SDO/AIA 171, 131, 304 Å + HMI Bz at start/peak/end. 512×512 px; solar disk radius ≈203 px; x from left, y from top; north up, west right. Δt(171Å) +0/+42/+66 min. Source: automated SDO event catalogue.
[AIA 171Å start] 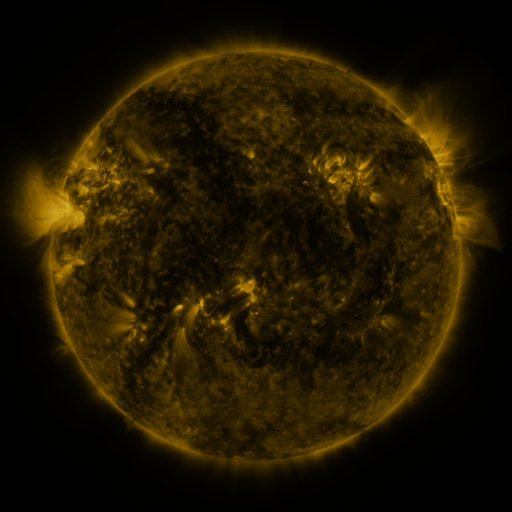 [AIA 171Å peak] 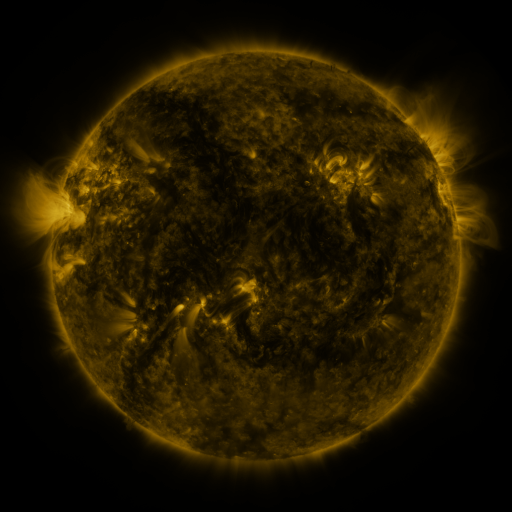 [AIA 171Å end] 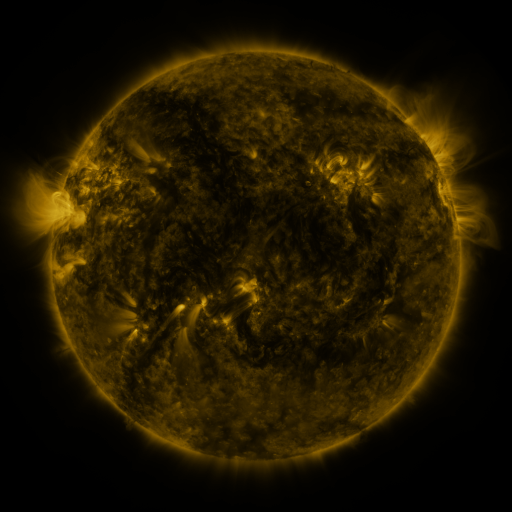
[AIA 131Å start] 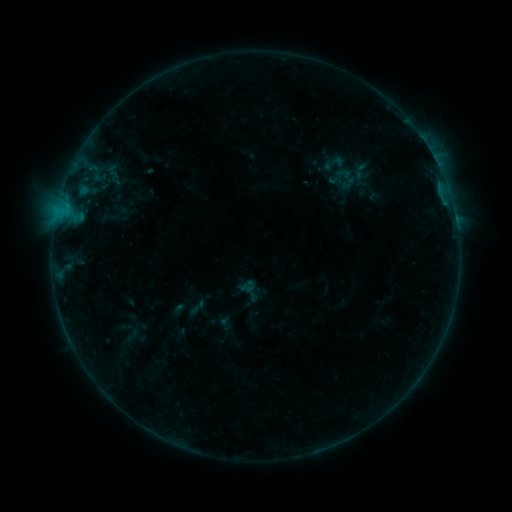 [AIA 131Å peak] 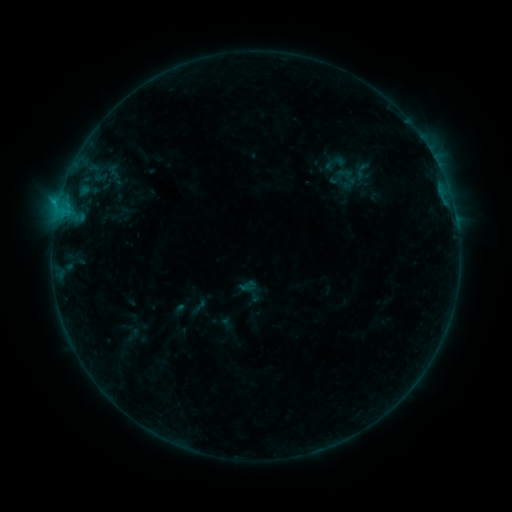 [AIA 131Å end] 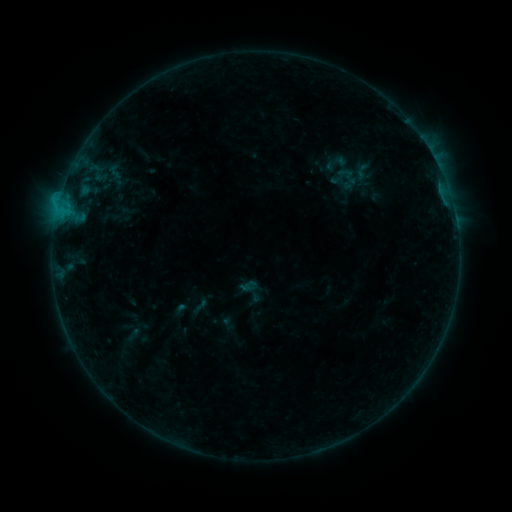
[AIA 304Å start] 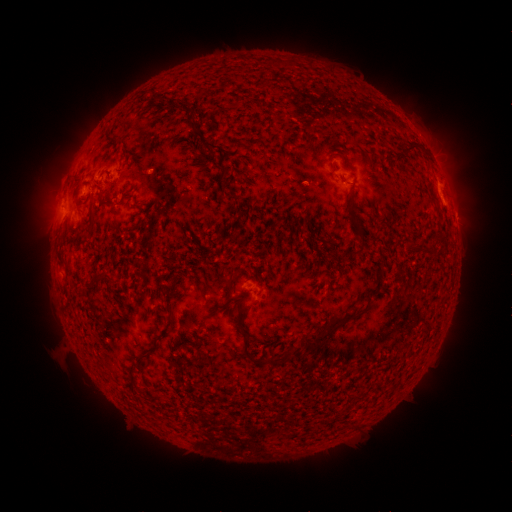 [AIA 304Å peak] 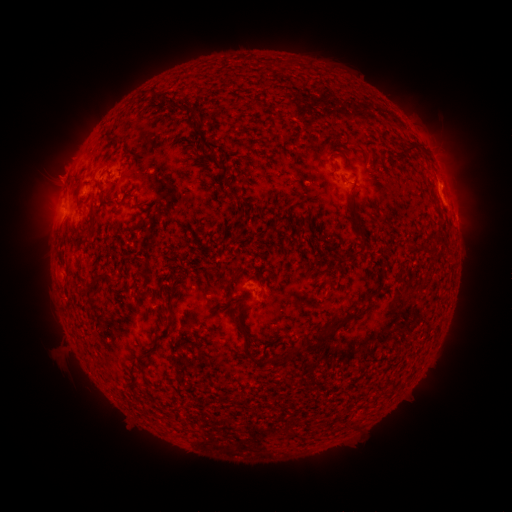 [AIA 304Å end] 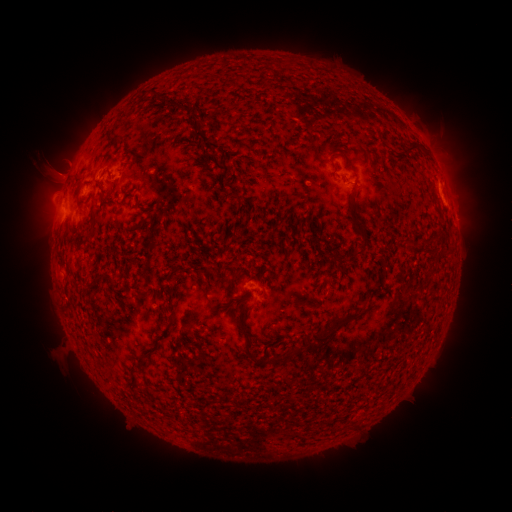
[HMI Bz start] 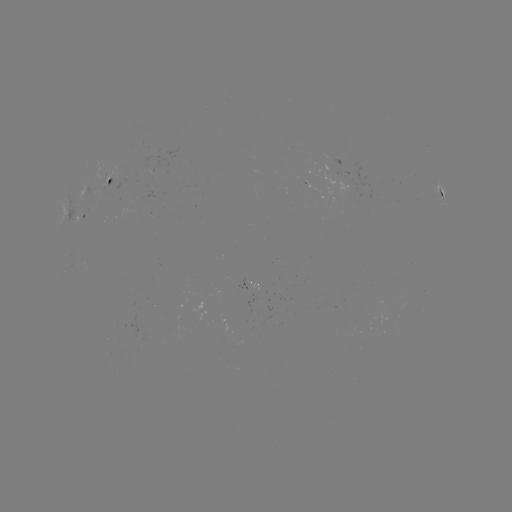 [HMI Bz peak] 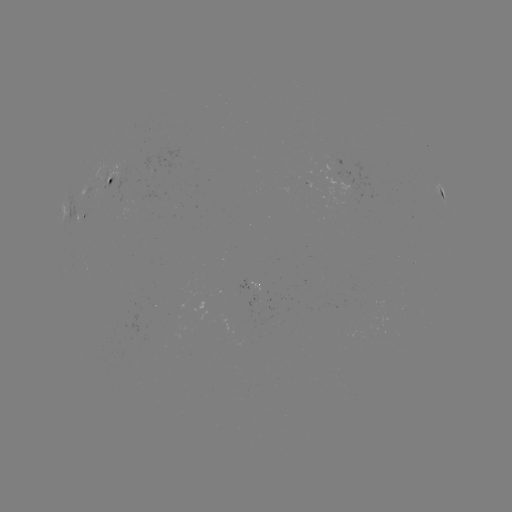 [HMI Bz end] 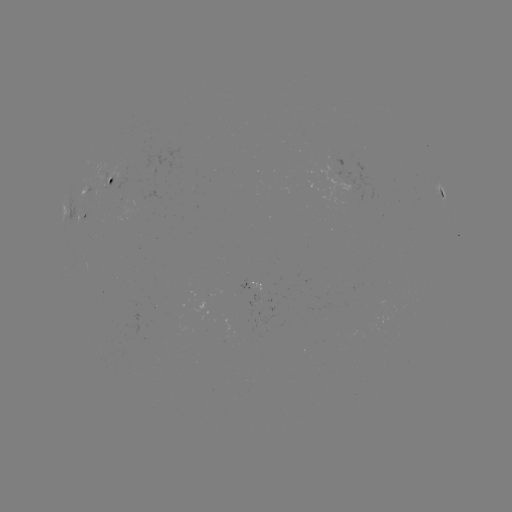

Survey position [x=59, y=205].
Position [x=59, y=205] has B5.9 flare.